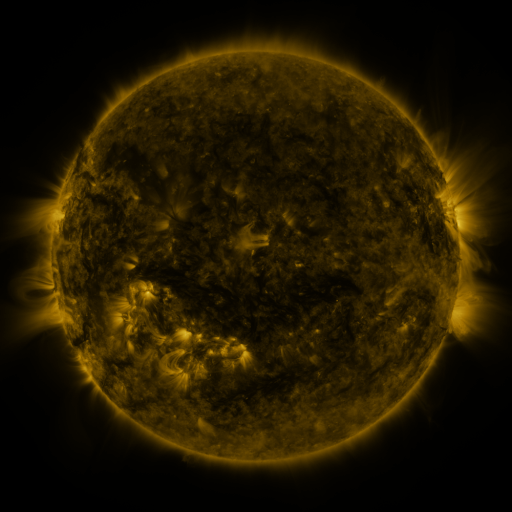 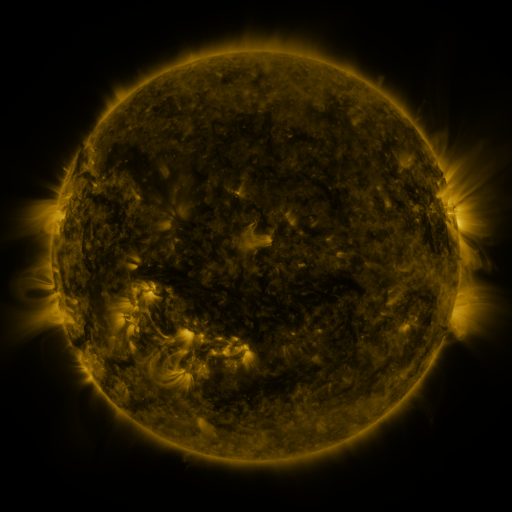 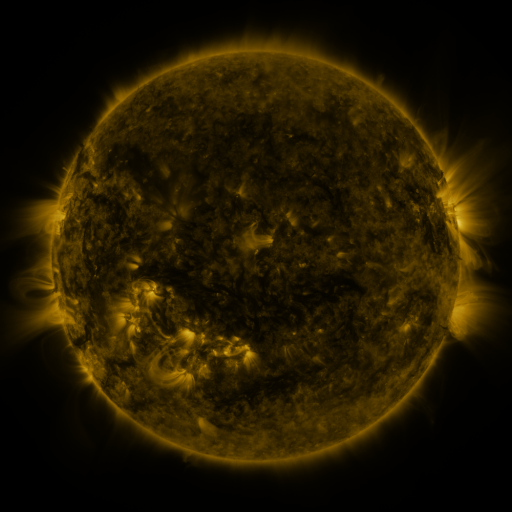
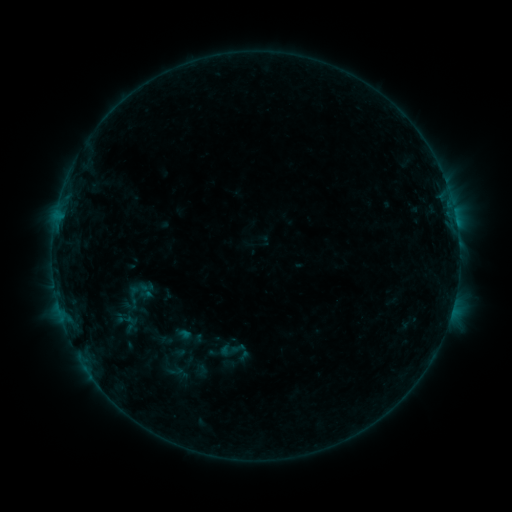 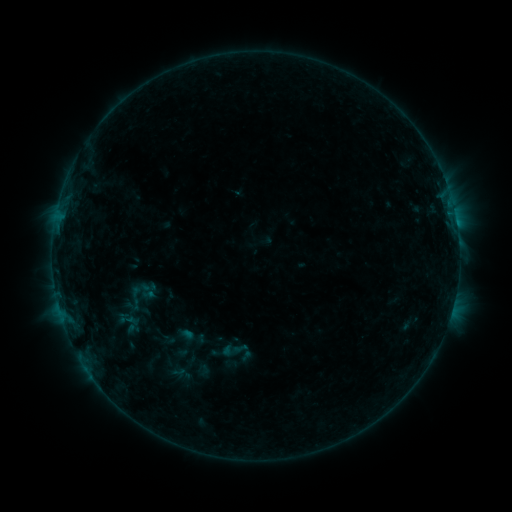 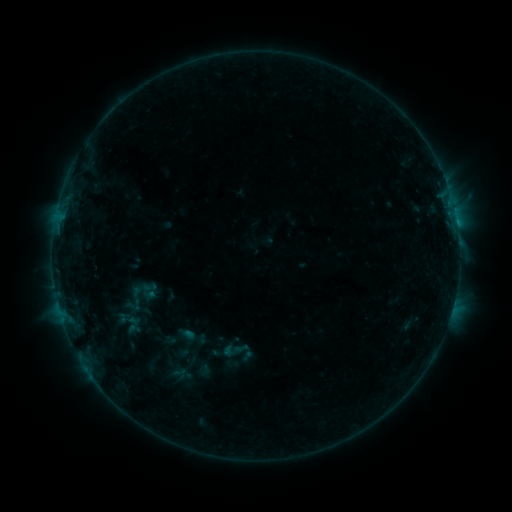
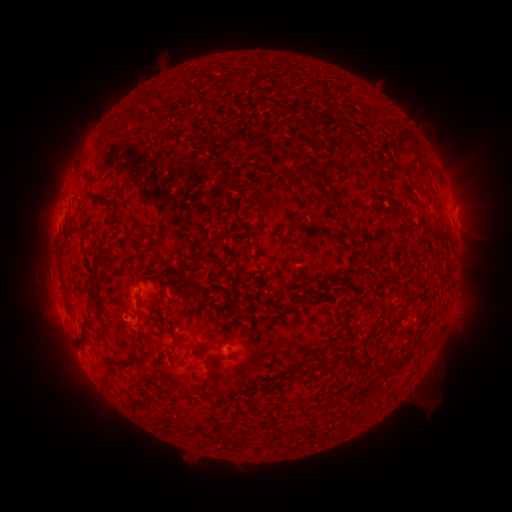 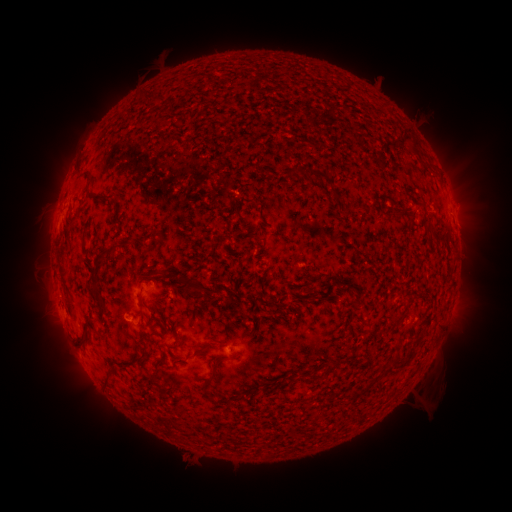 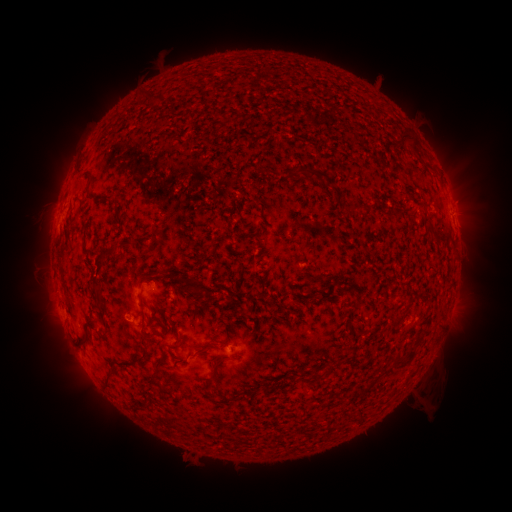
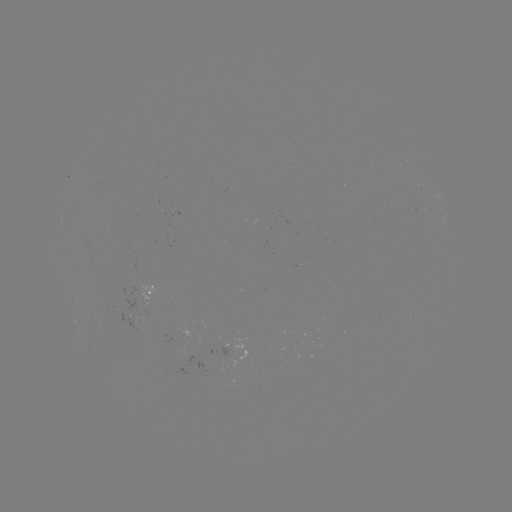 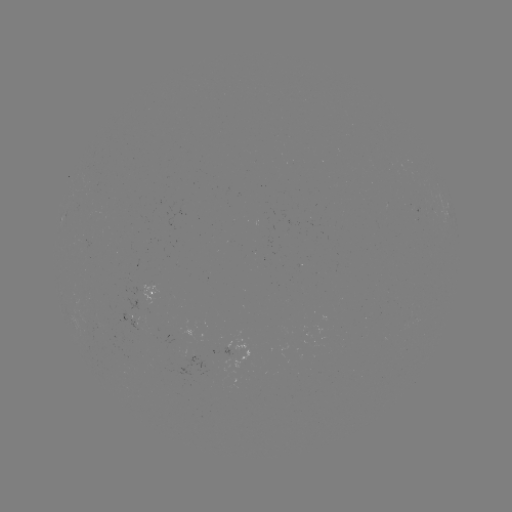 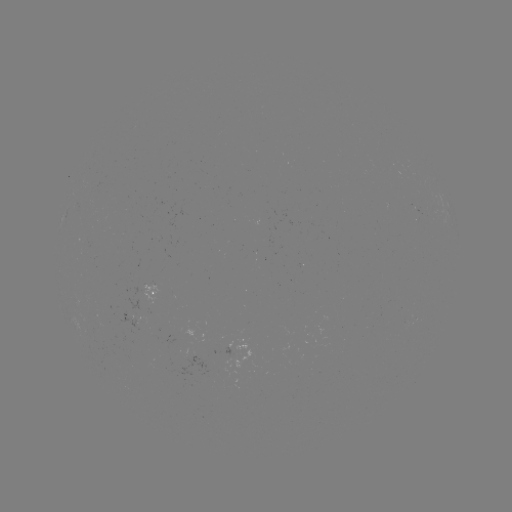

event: emerging-flux region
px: (96, 324)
